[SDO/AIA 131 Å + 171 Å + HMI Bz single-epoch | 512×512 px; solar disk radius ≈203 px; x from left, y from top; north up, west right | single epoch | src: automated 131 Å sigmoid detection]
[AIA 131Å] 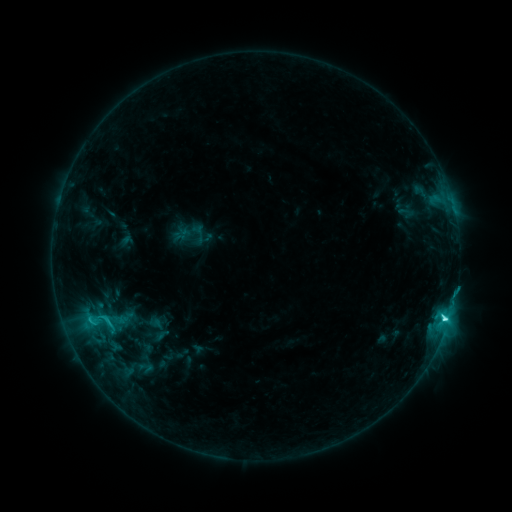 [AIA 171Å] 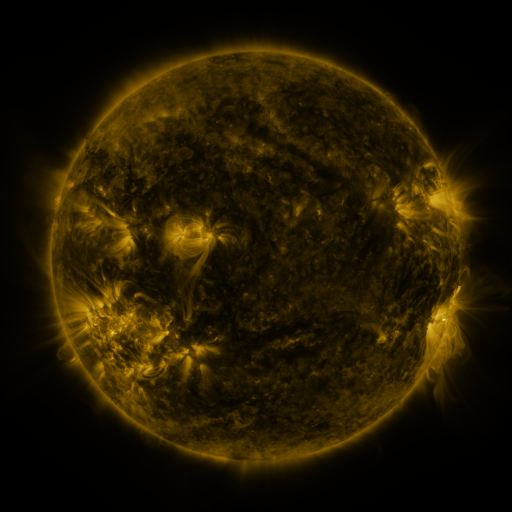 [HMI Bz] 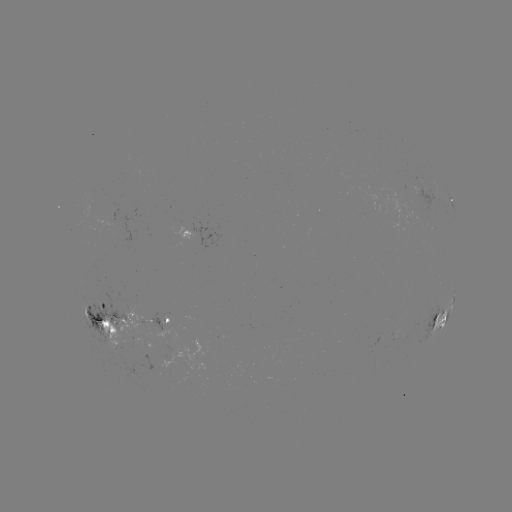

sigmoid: [88, 307, 122, 334]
